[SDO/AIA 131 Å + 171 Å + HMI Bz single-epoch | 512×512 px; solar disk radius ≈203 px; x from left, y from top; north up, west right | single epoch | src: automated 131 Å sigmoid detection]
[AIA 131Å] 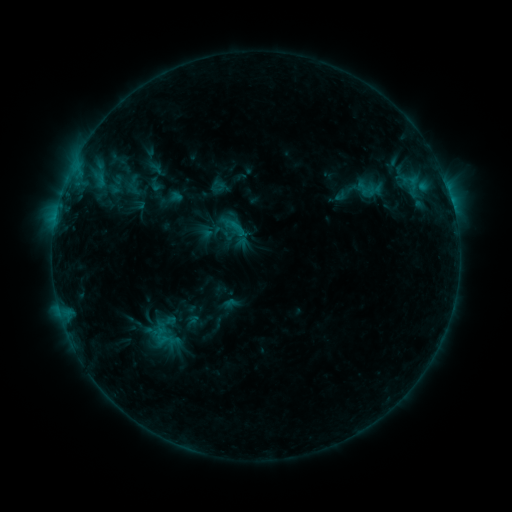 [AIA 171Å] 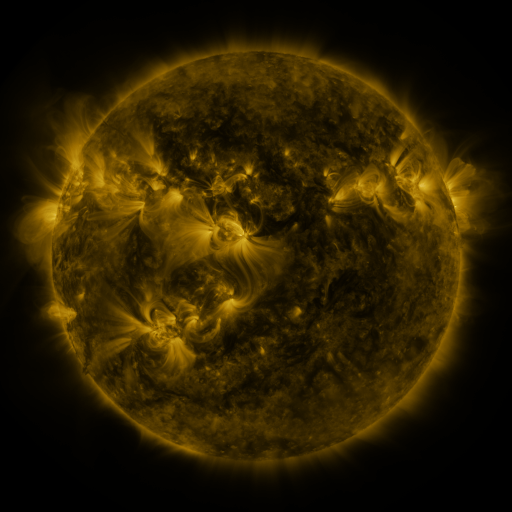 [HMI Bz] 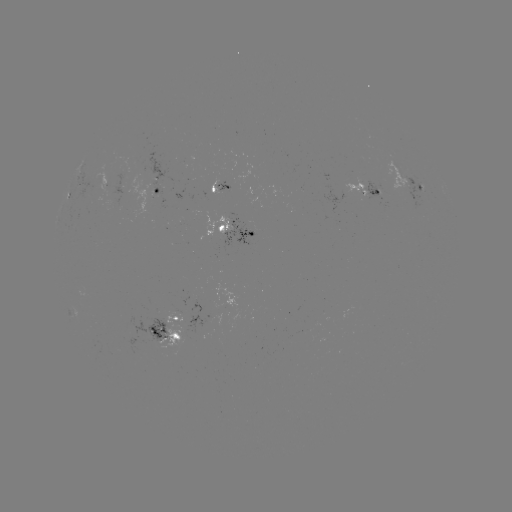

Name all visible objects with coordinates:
sigmoid: (147, 176, 163, 193)
sigmoid: (222, 214, 249, 242)
